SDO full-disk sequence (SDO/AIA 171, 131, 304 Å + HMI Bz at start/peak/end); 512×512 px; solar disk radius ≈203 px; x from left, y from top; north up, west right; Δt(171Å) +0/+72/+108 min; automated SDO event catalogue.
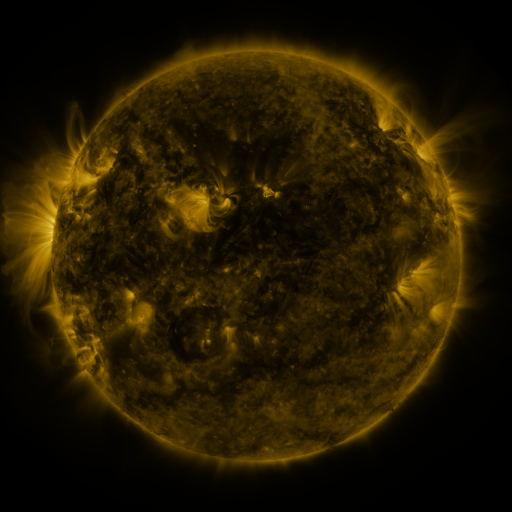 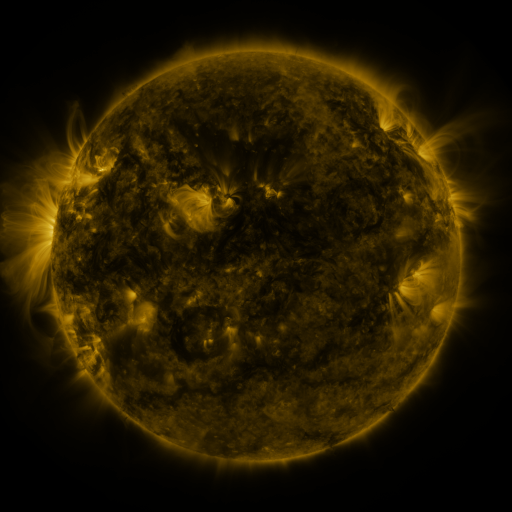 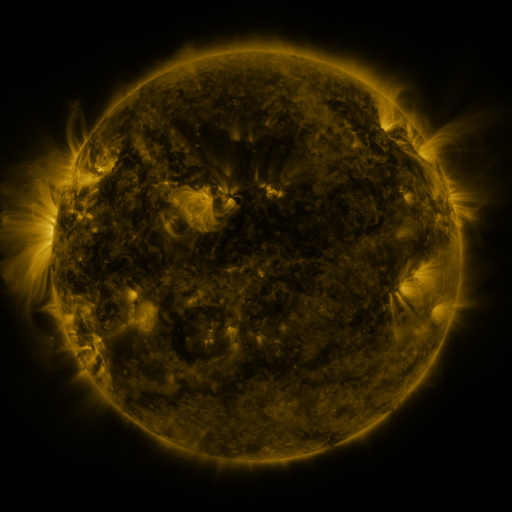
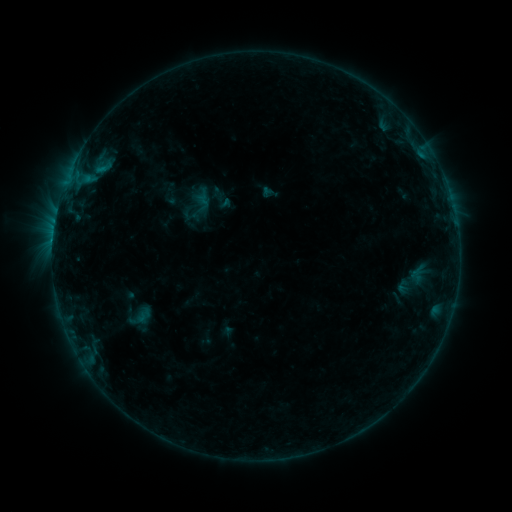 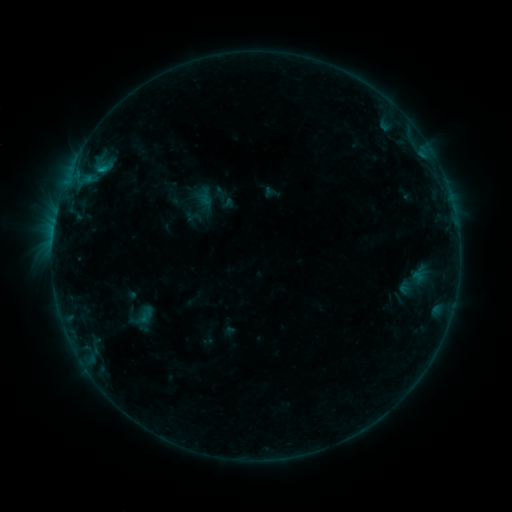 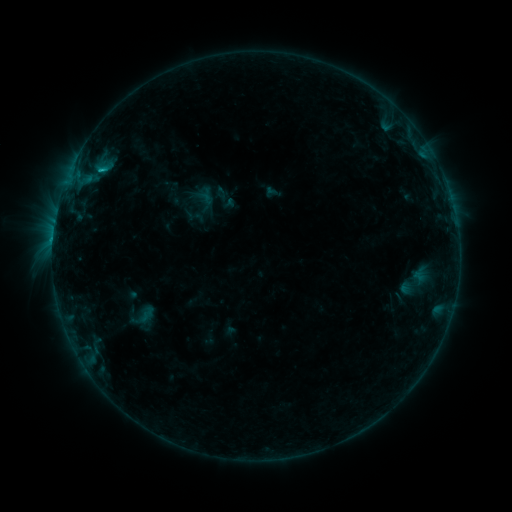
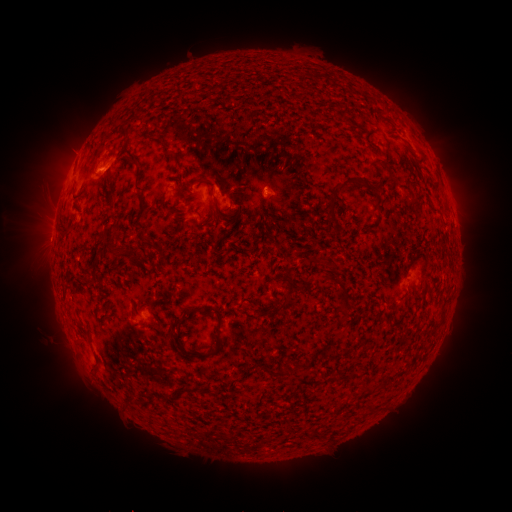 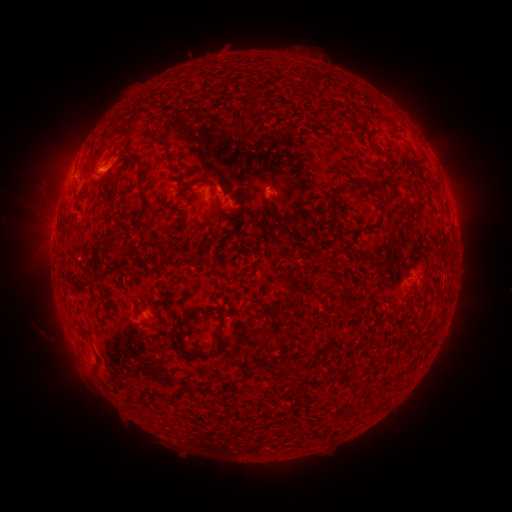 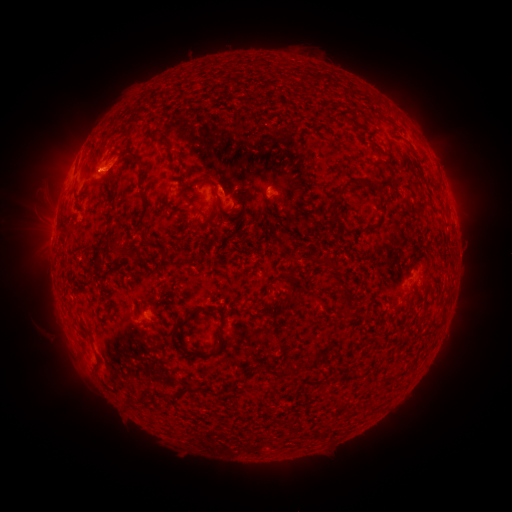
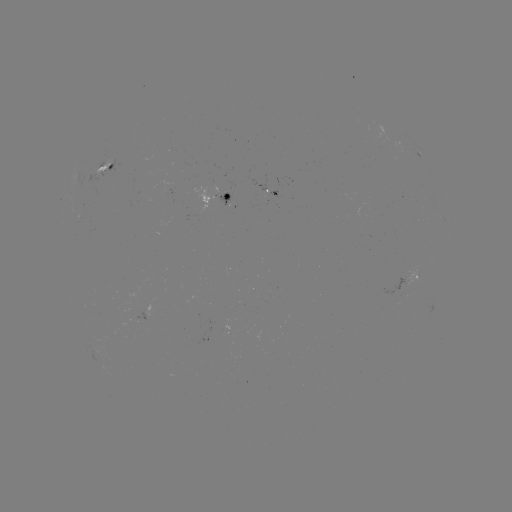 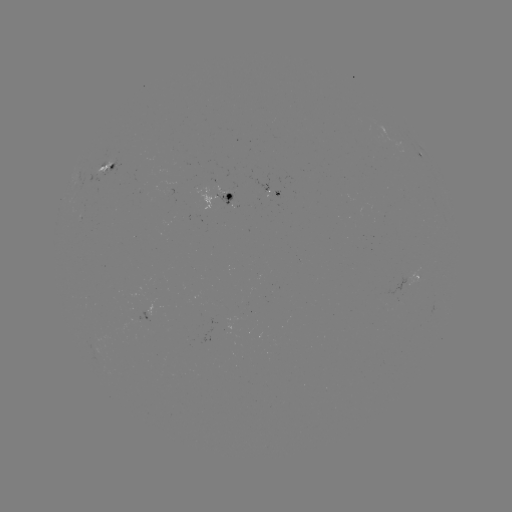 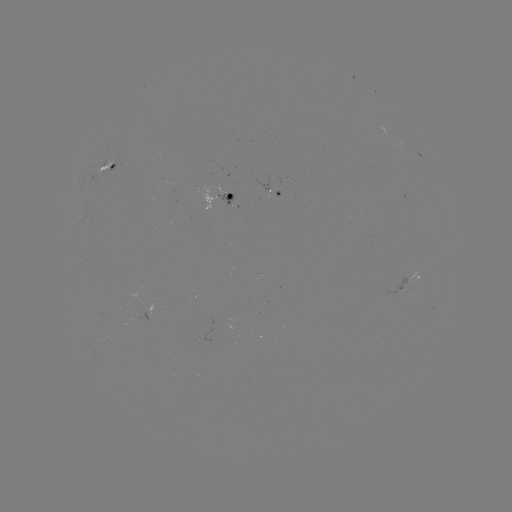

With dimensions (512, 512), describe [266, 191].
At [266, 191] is emerging-flux region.